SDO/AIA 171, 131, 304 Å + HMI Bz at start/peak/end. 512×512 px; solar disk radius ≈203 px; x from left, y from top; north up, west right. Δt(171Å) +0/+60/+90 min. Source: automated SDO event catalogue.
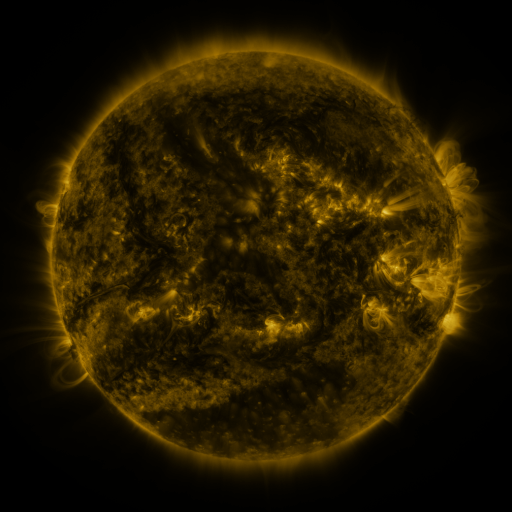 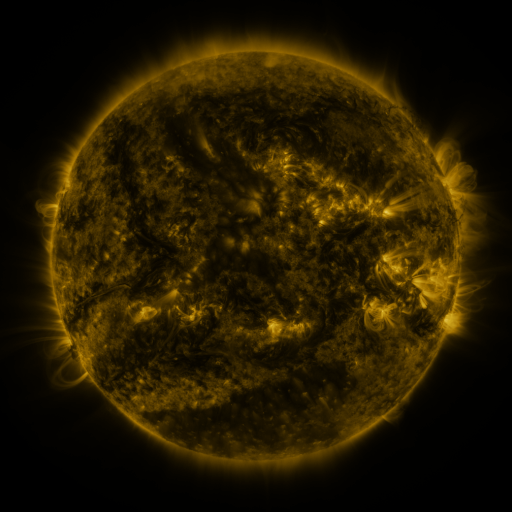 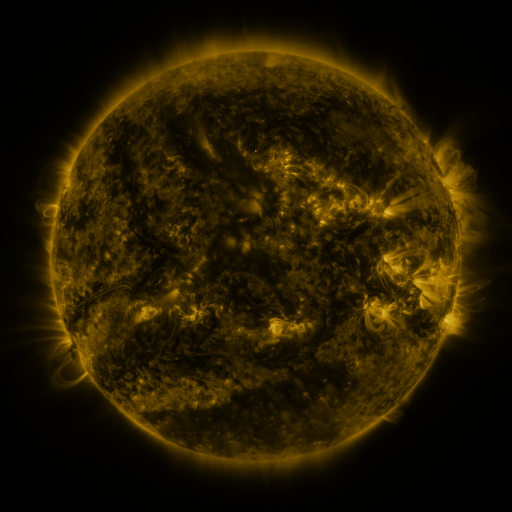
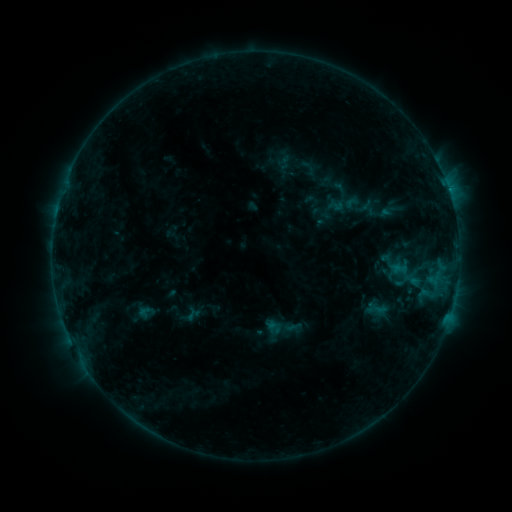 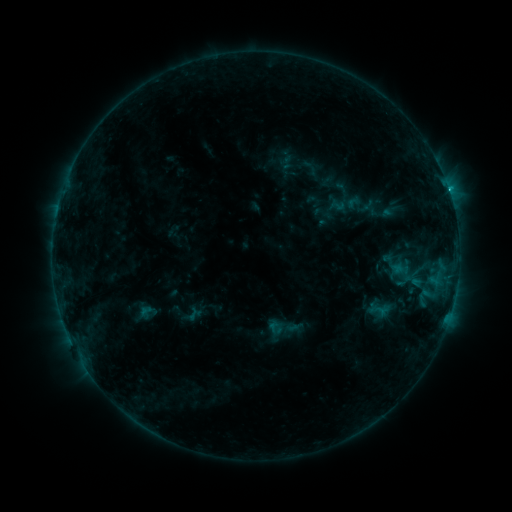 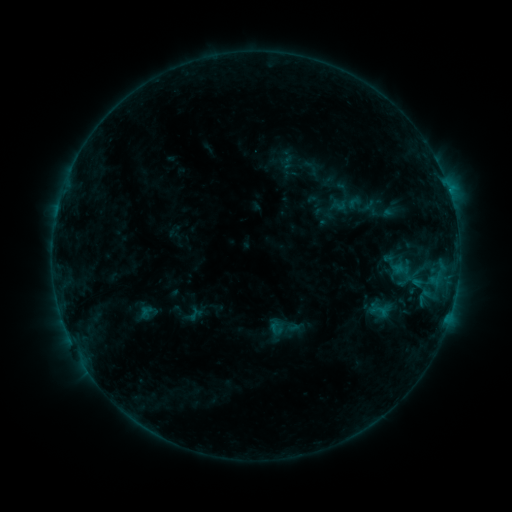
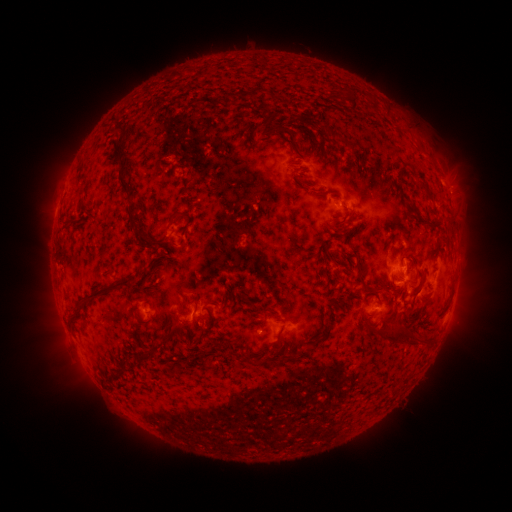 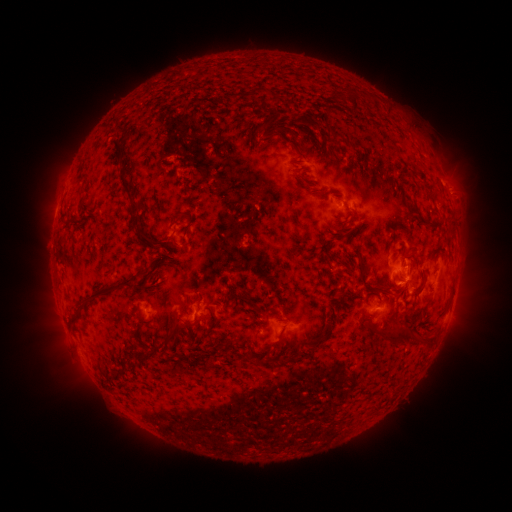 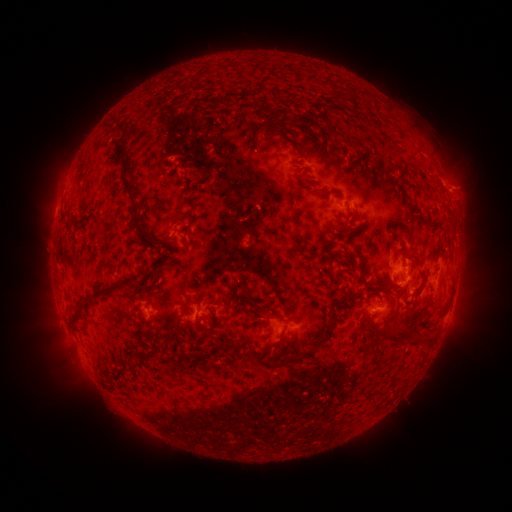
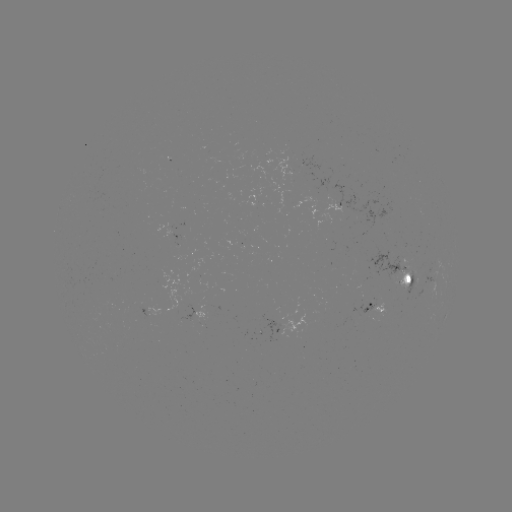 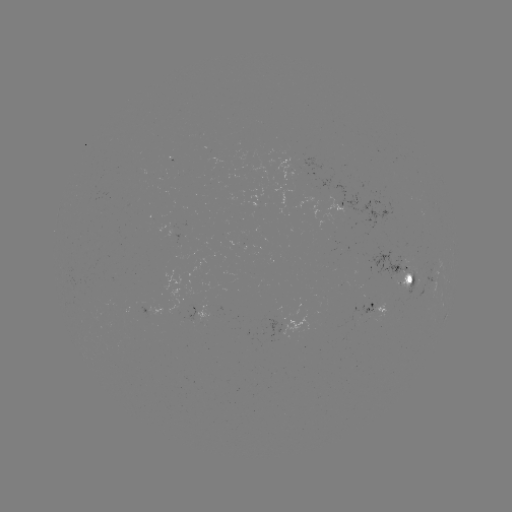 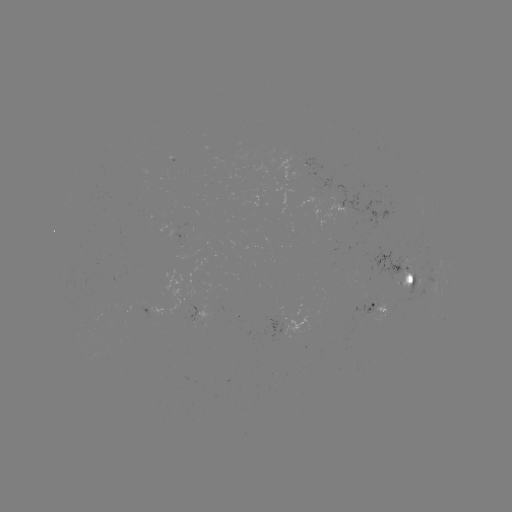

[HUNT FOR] emerging-flux region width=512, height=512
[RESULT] (326, 194)